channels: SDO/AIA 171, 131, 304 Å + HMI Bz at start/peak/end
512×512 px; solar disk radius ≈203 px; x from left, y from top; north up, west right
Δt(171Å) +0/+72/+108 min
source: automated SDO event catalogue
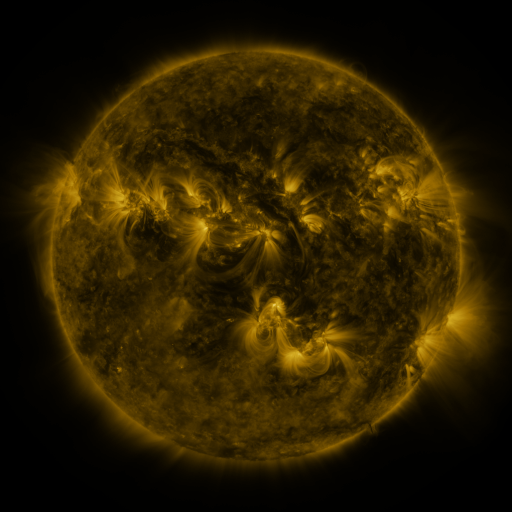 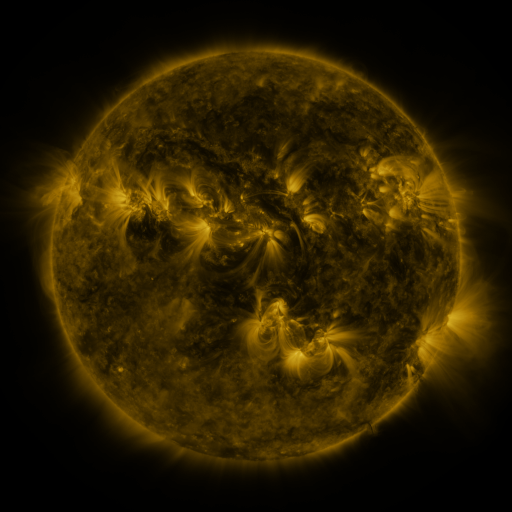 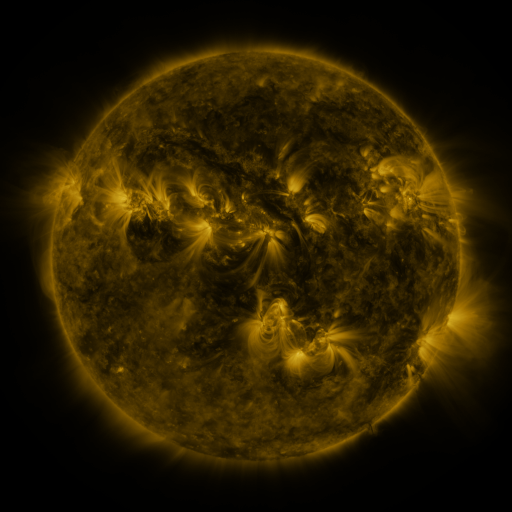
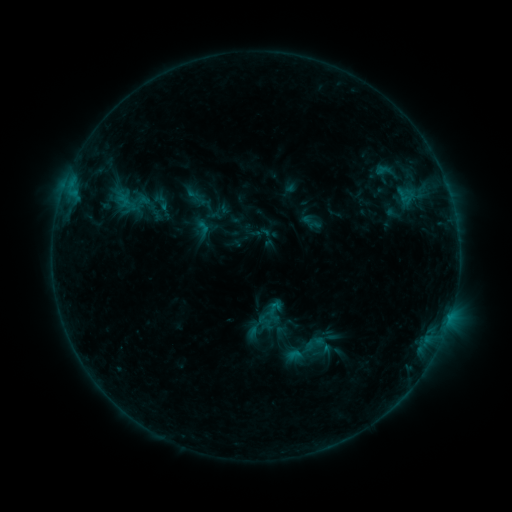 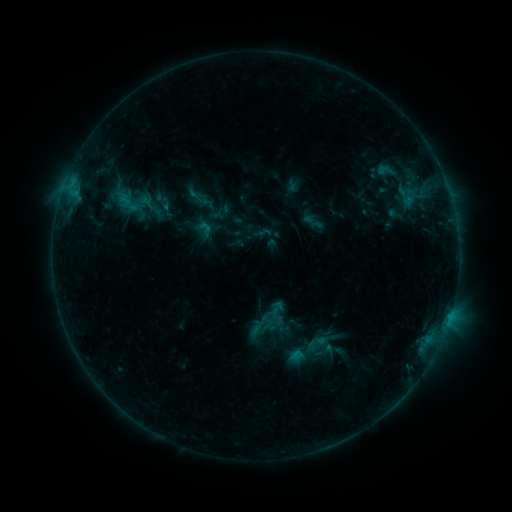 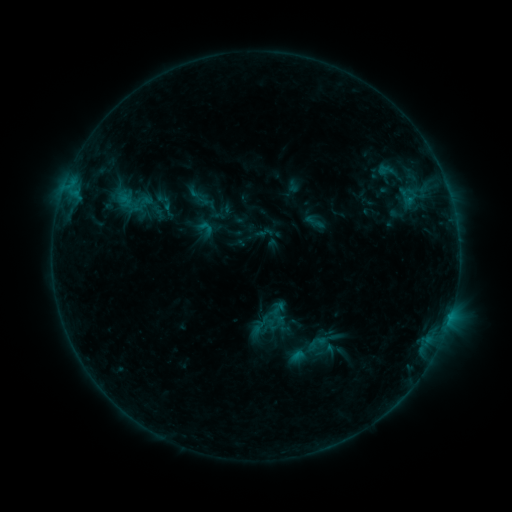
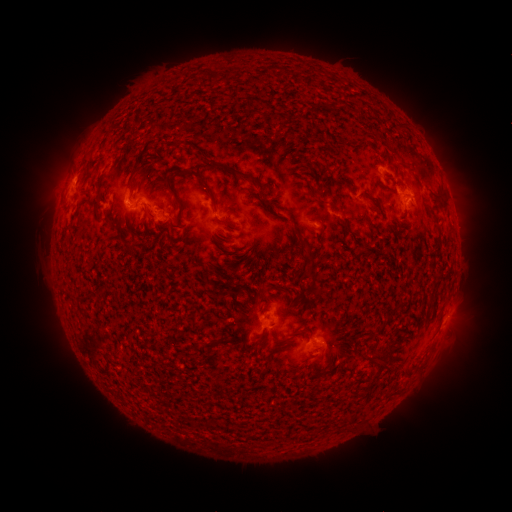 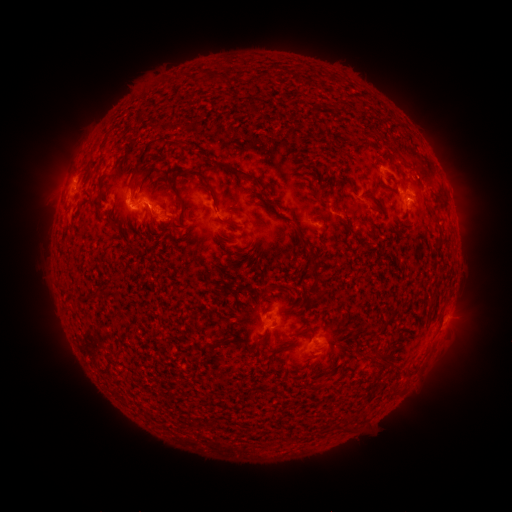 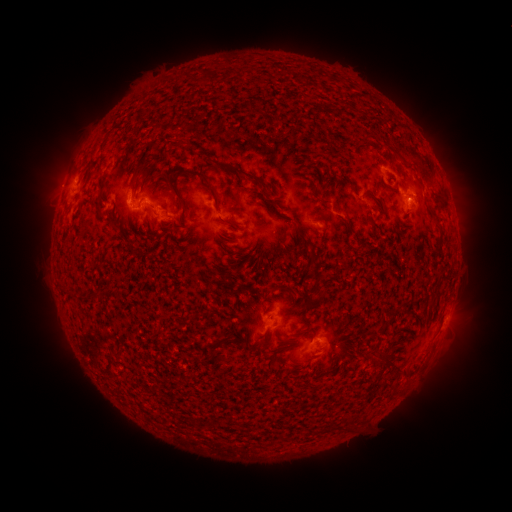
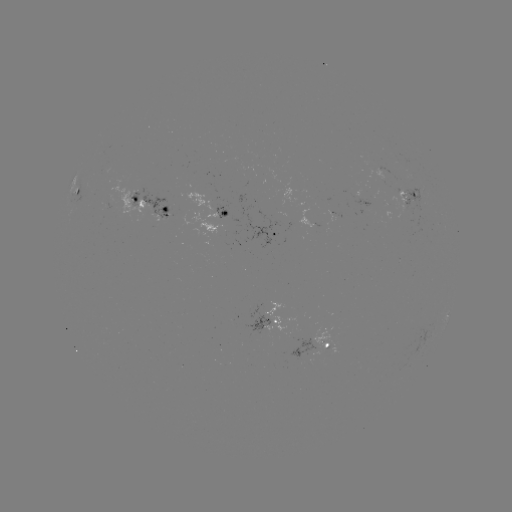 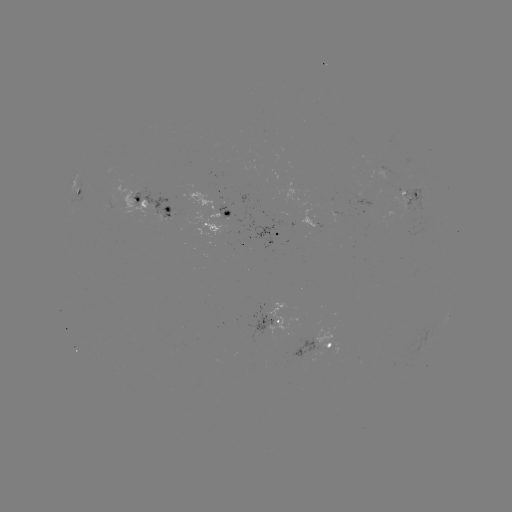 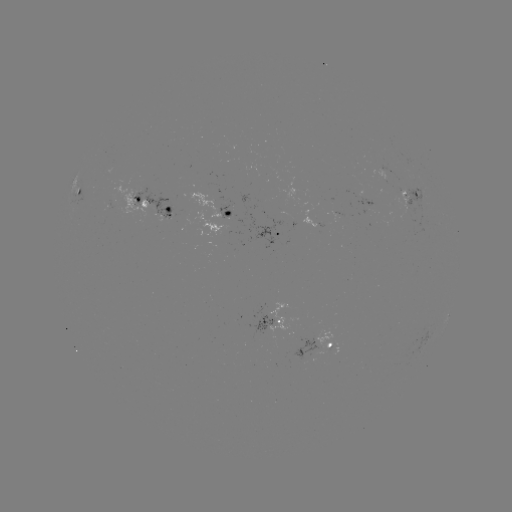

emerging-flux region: <bbox>131, 187, 173, 220</bbox>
